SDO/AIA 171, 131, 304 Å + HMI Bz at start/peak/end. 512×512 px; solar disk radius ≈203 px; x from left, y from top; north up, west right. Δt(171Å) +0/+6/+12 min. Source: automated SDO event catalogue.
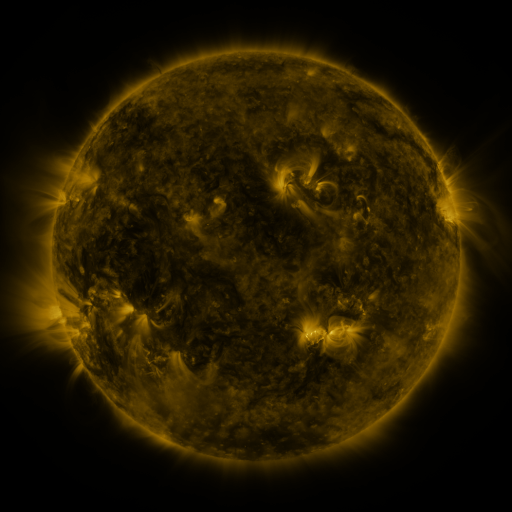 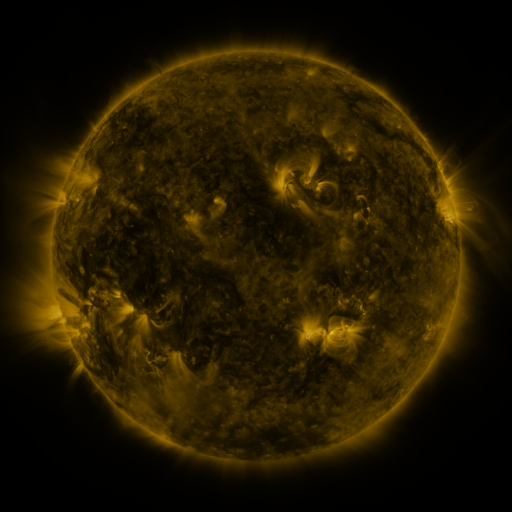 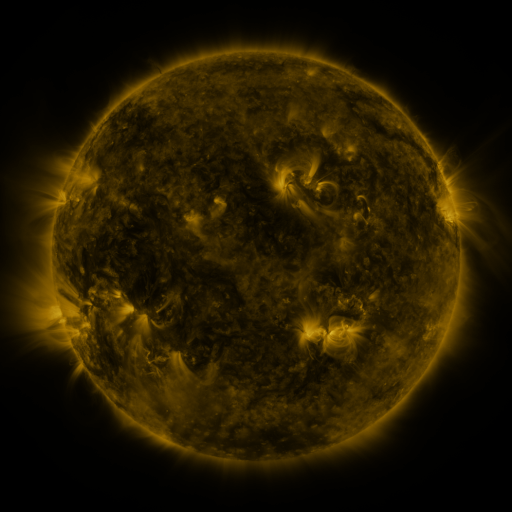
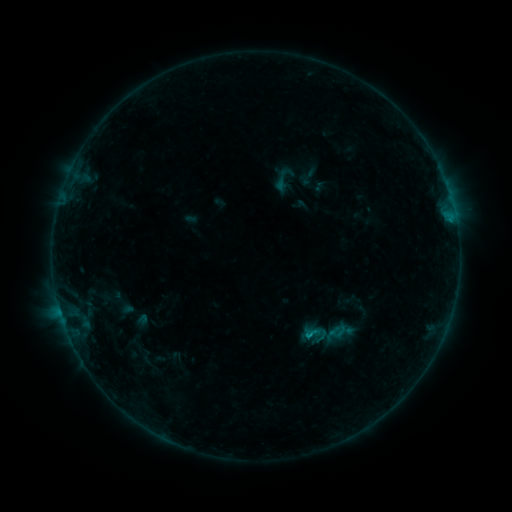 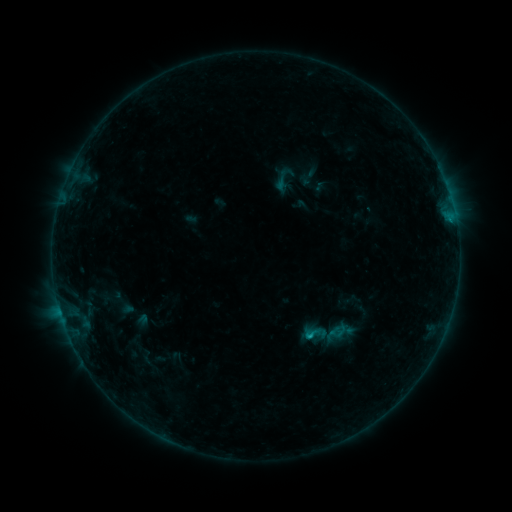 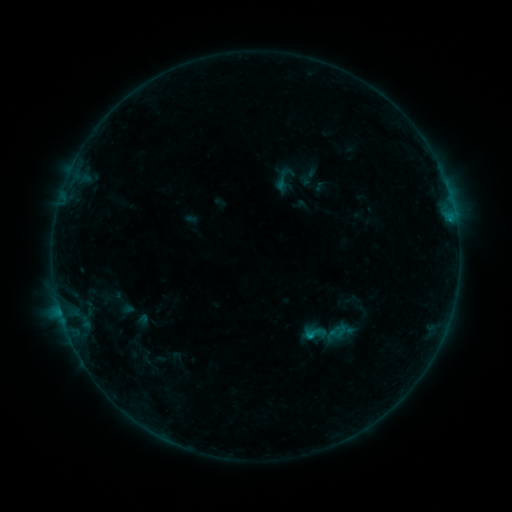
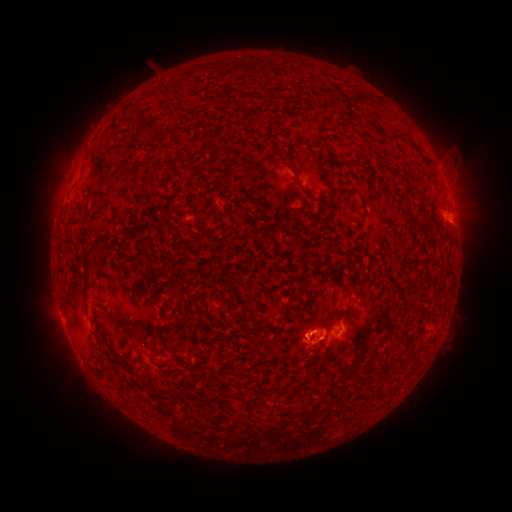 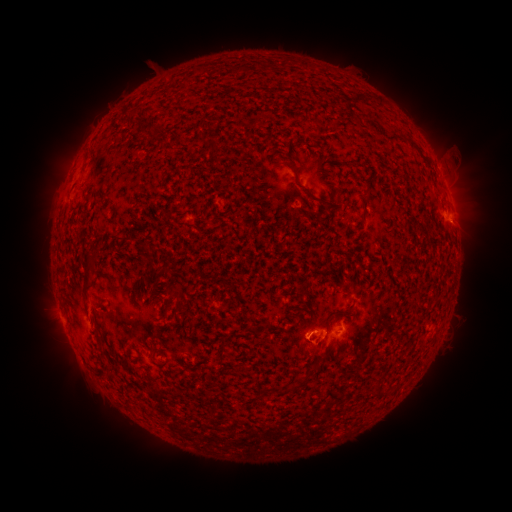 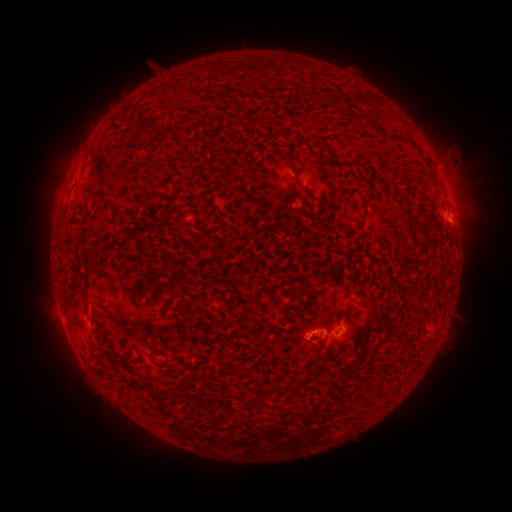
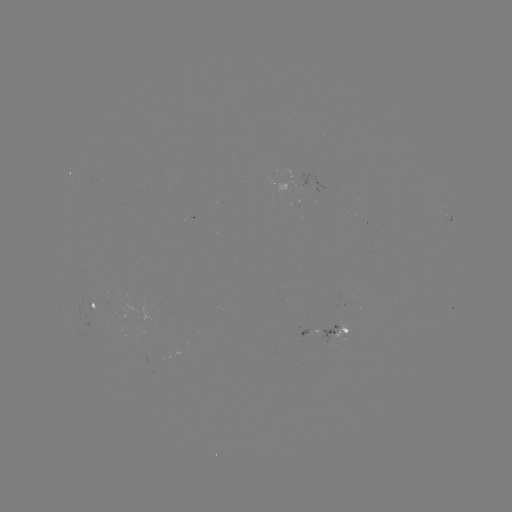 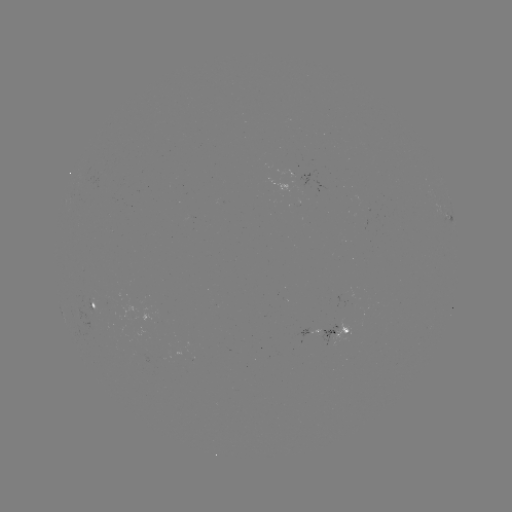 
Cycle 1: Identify B5.3 flare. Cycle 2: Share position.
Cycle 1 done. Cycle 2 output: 306,334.